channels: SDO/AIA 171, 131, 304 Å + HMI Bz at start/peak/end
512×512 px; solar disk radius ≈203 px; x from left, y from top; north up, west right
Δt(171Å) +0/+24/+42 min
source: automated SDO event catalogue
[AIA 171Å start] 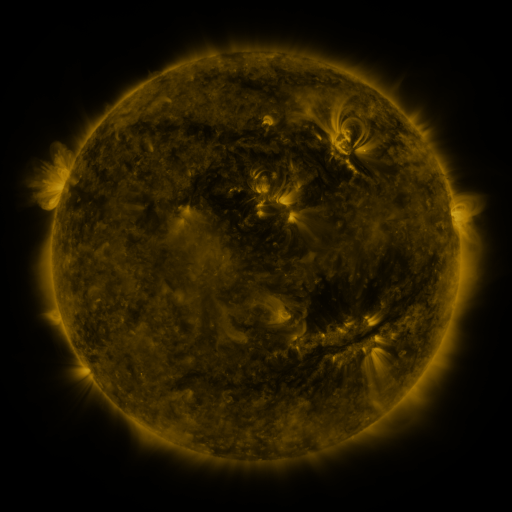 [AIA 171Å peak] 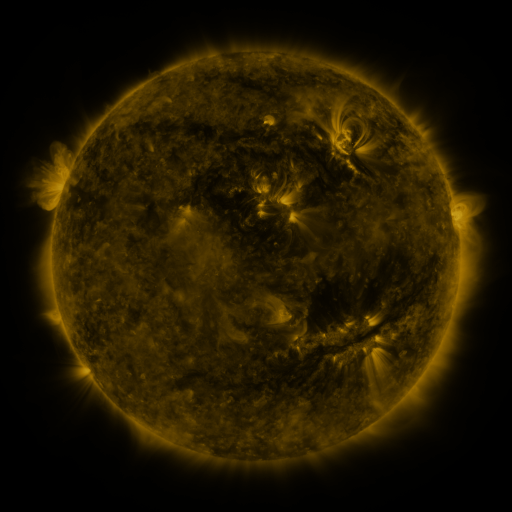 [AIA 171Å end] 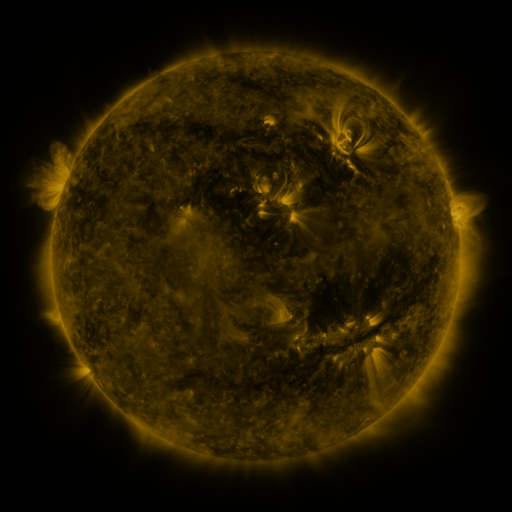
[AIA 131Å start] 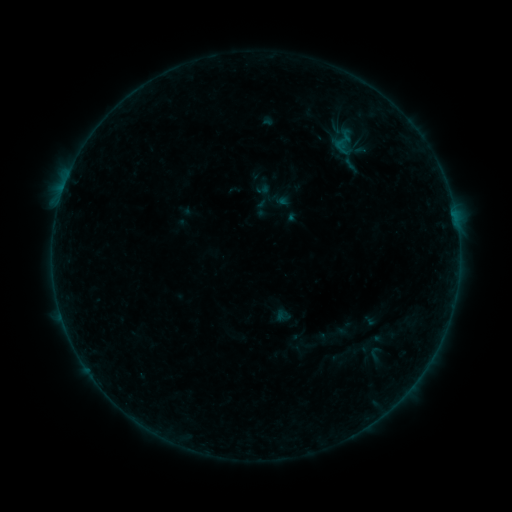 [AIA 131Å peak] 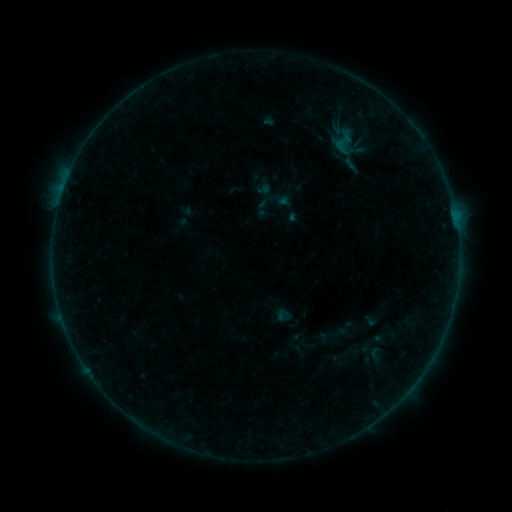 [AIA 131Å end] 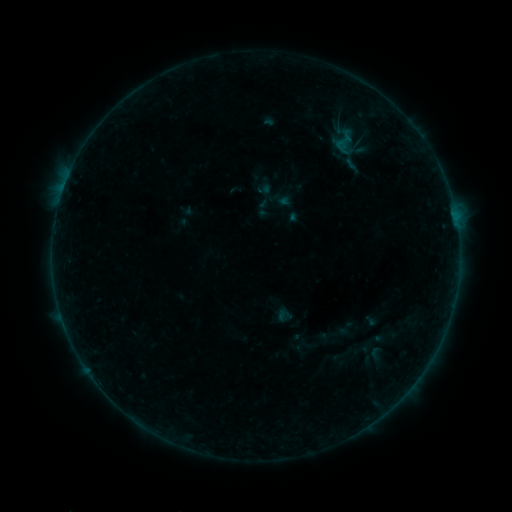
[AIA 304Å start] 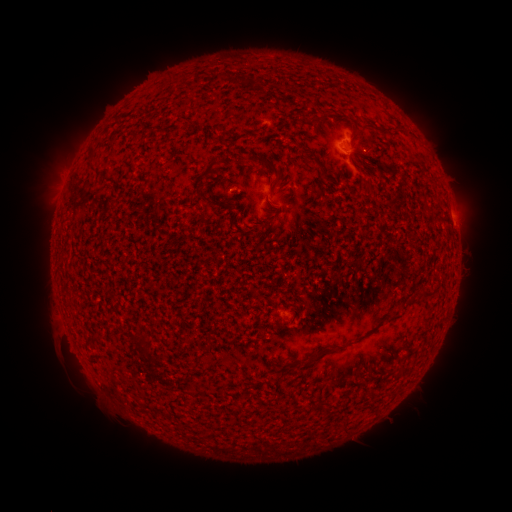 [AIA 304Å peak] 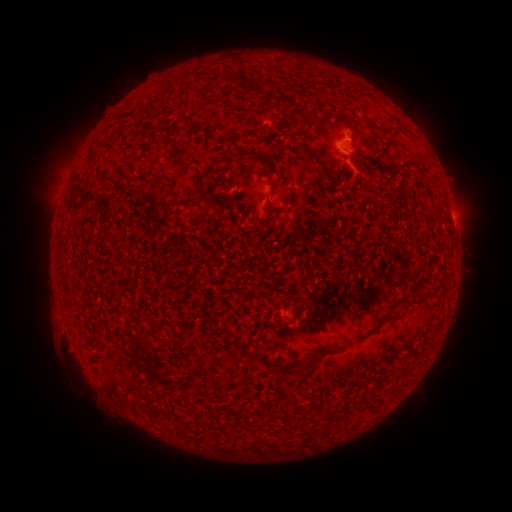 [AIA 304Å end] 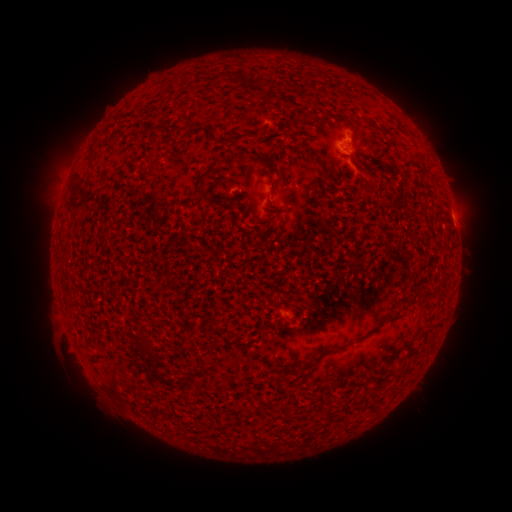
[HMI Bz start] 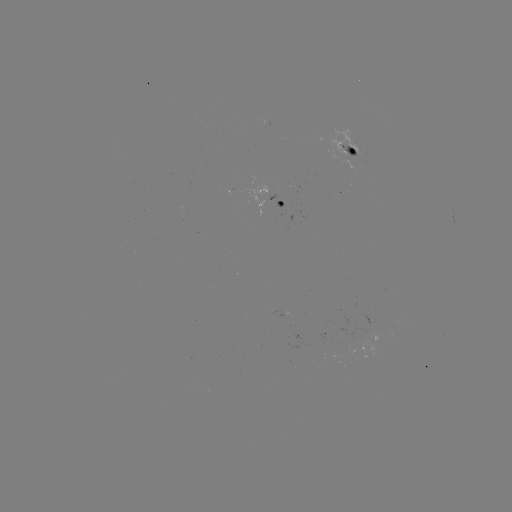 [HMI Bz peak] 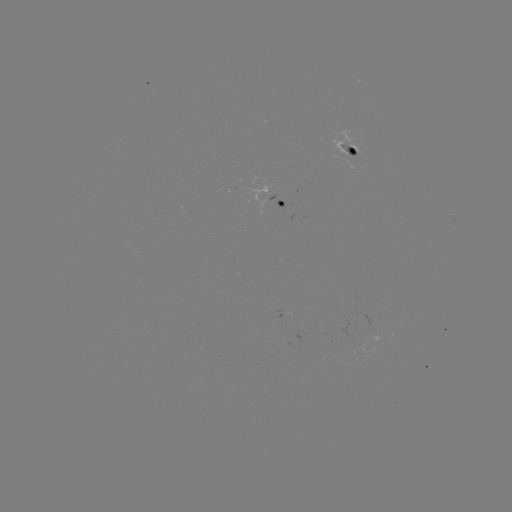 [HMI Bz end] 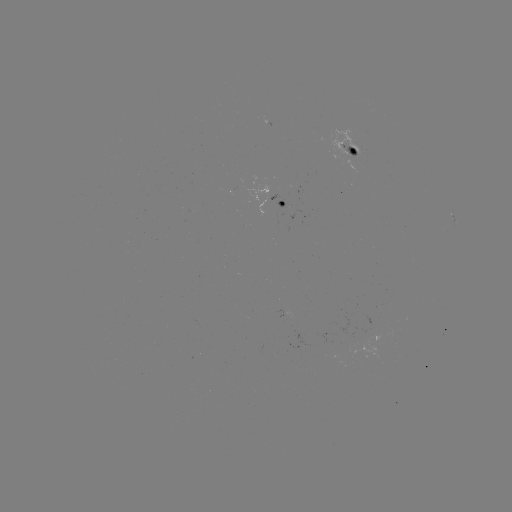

no flare in any classed list; no EUV-trigger detection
